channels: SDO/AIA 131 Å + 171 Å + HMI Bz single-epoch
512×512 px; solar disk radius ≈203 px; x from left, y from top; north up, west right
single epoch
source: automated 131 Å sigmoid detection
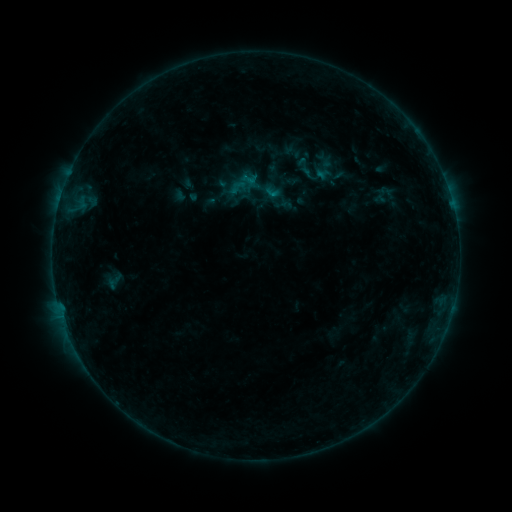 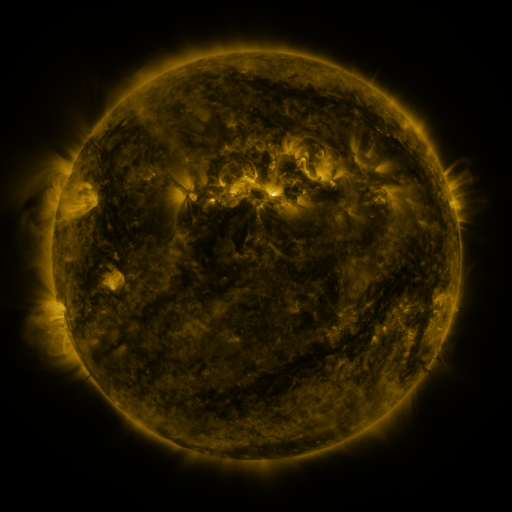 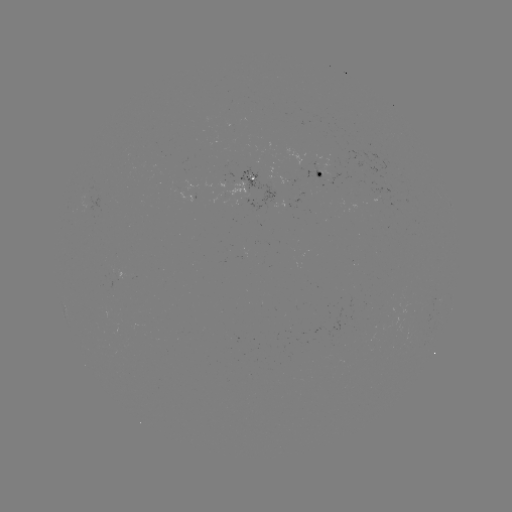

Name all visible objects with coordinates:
sigmoid: <bbox>297, 164, 321, 185</bbox>
